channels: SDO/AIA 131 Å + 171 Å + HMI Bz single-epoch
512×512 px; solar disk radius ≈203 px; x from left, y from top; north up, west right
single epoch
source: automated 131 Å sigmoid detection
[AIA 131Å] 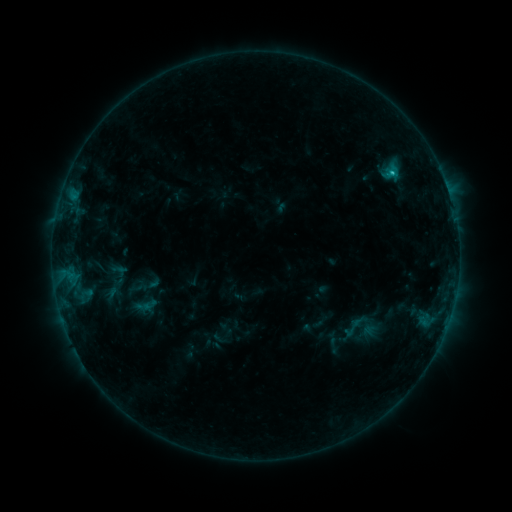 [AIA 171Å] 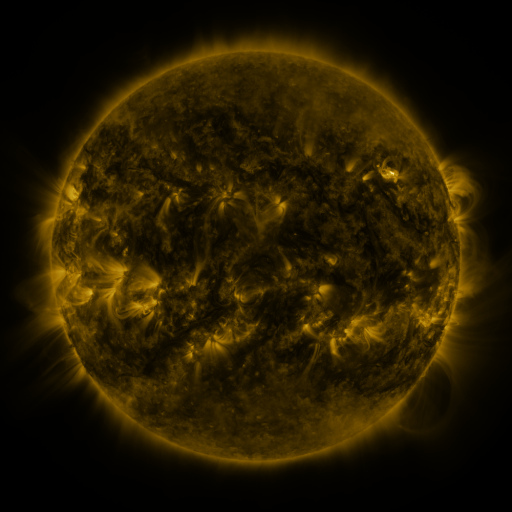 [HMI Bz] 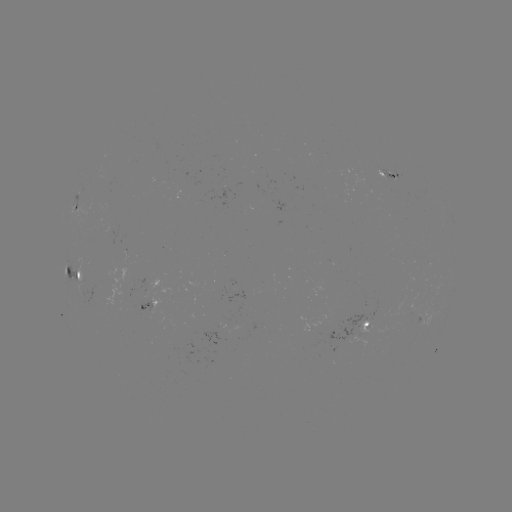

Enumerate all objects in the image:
sigmoid: <bbox>340, 314, 364, 340</bbox>
